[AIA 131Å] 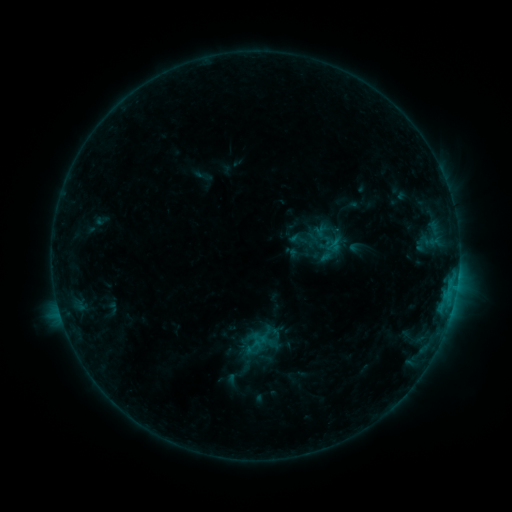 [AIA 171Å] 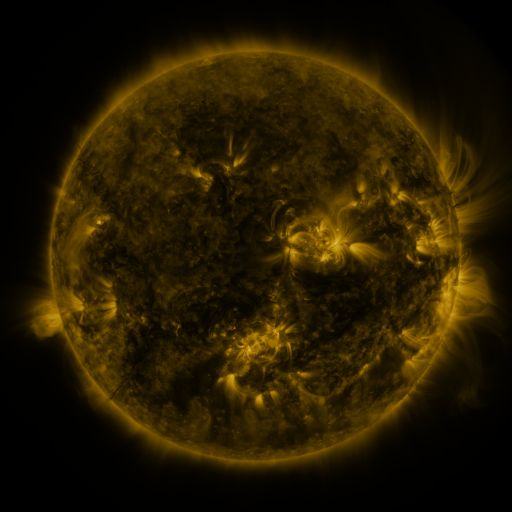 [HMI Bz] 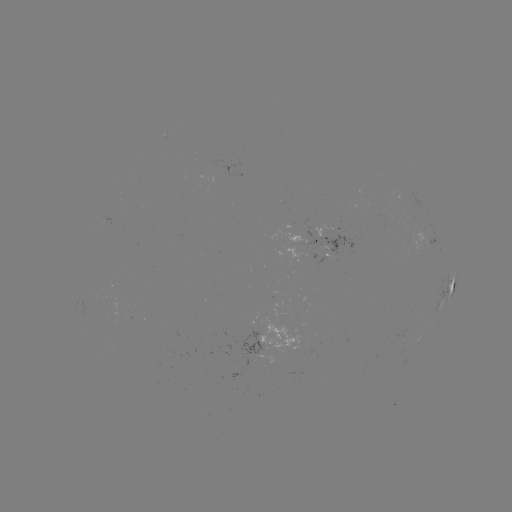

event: sigmoid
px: (254, 346)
